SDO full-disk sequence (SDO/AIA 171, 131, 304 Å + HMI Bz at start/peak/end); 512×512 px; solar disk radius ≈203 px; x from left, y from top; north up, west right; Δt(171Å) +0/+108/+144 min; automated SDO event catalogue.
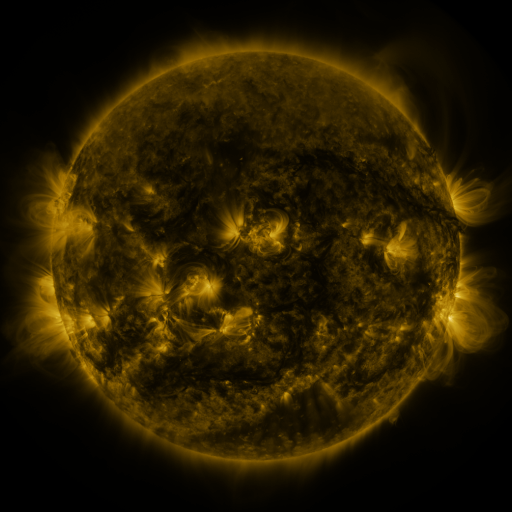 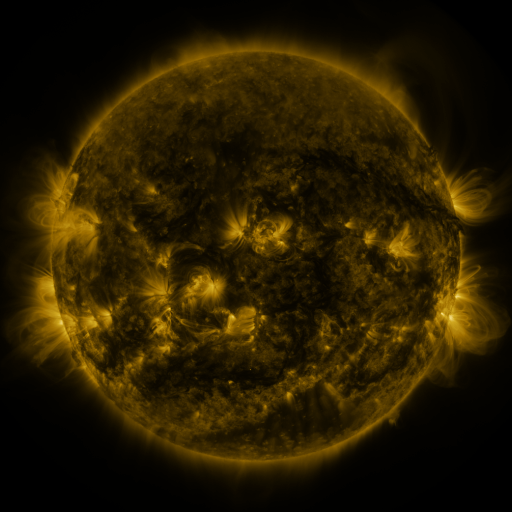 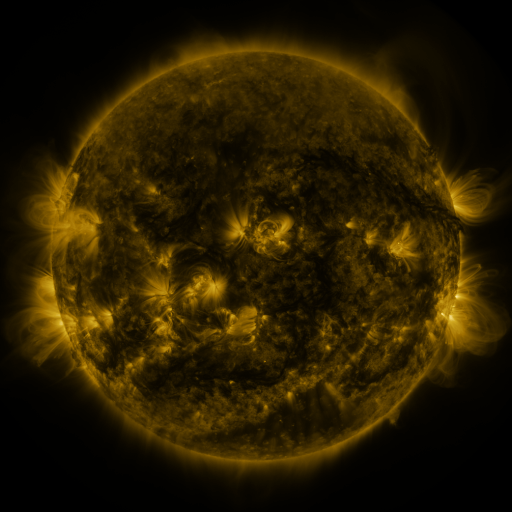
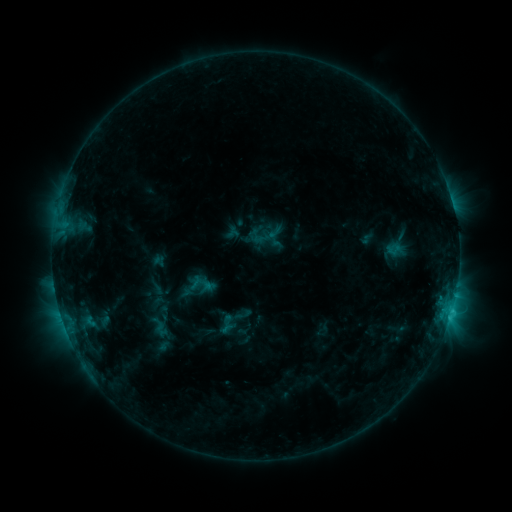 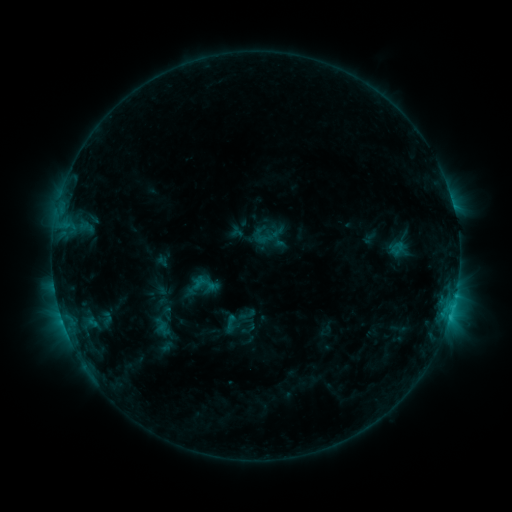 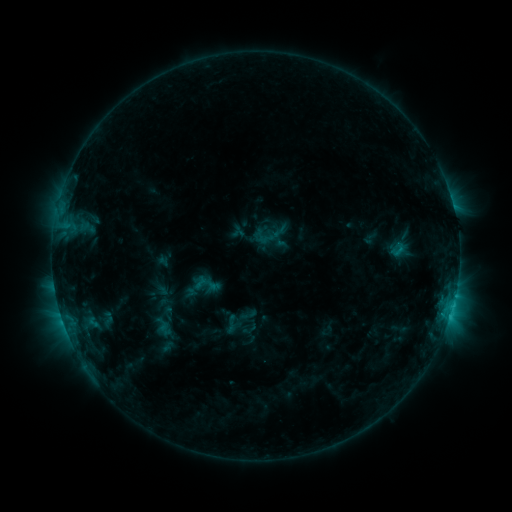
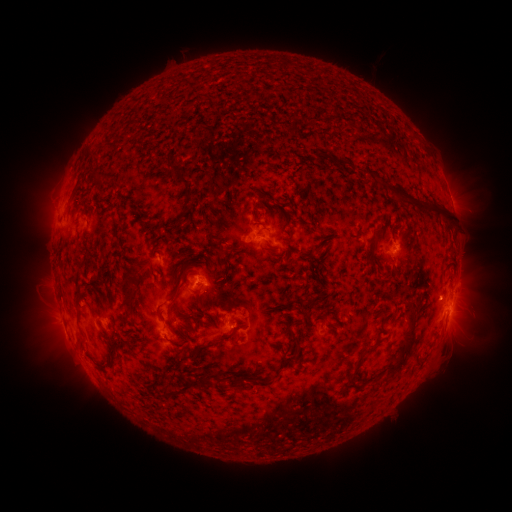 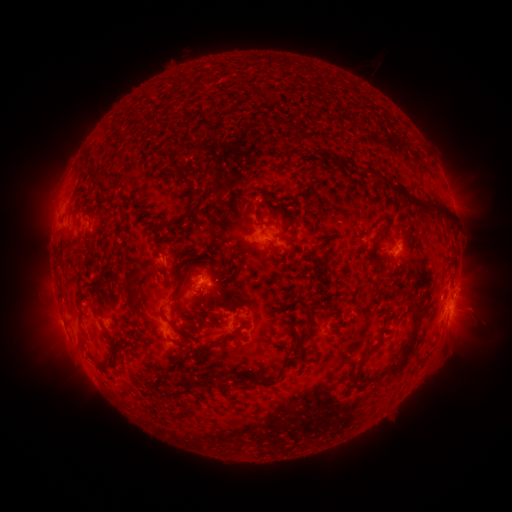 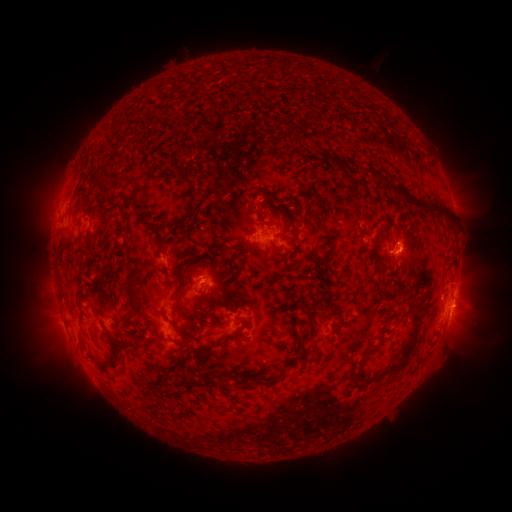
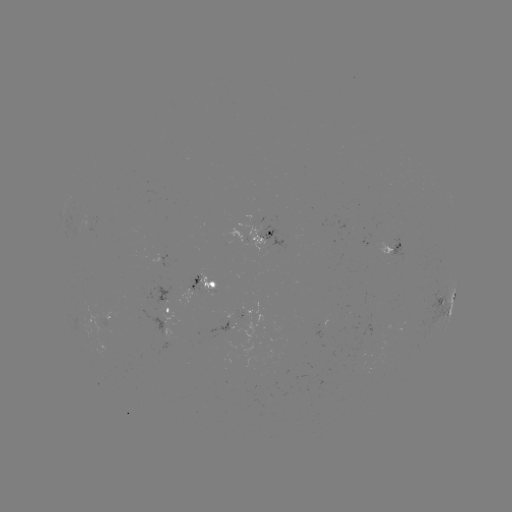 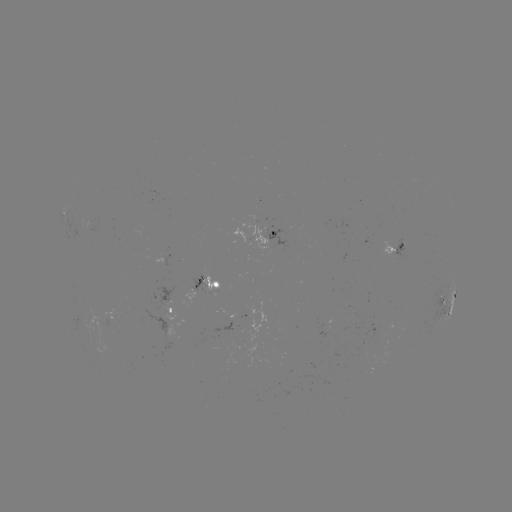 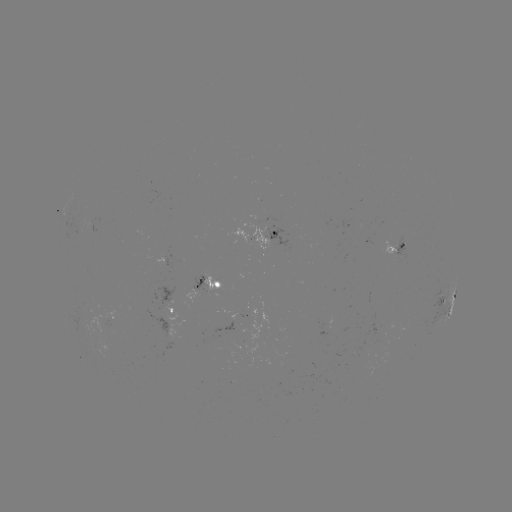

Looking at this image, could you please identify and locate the emerging-flux region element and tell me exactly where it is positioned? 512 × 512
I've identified emerging-flux region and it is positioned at [381, 335].